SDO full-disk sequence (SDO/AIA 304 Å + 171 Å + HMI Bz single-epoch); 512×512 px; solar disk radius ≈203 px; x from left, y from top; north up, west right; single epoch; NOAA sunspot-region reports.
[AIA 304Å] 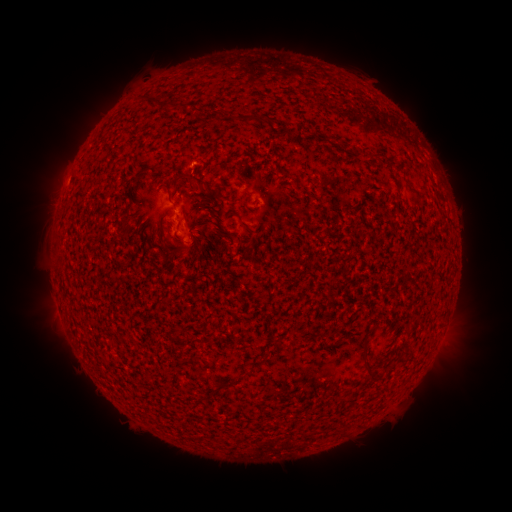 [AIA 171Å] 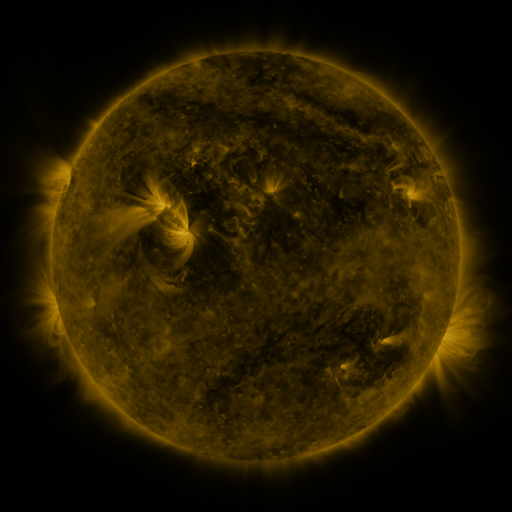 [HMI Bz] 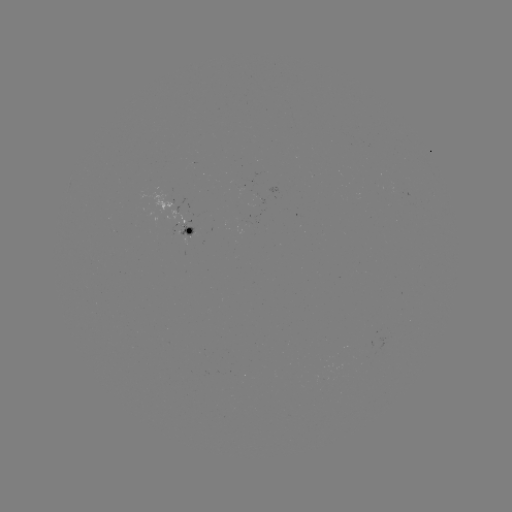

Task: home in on spotted active region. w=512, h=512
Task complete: (184, 229).